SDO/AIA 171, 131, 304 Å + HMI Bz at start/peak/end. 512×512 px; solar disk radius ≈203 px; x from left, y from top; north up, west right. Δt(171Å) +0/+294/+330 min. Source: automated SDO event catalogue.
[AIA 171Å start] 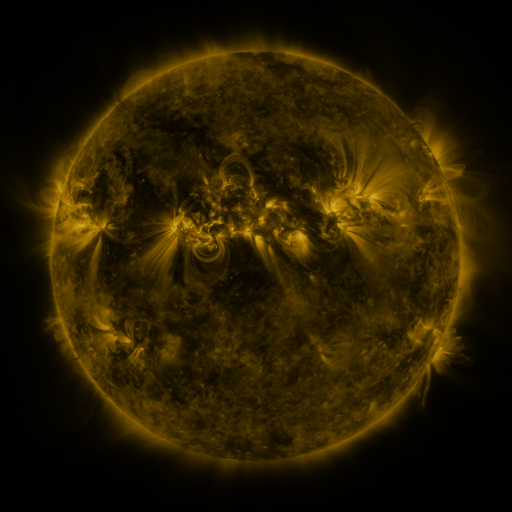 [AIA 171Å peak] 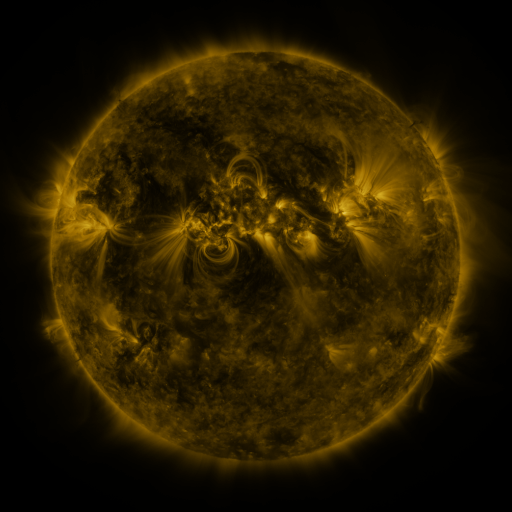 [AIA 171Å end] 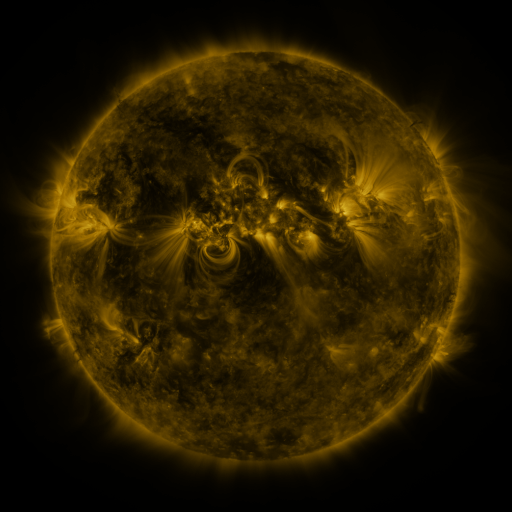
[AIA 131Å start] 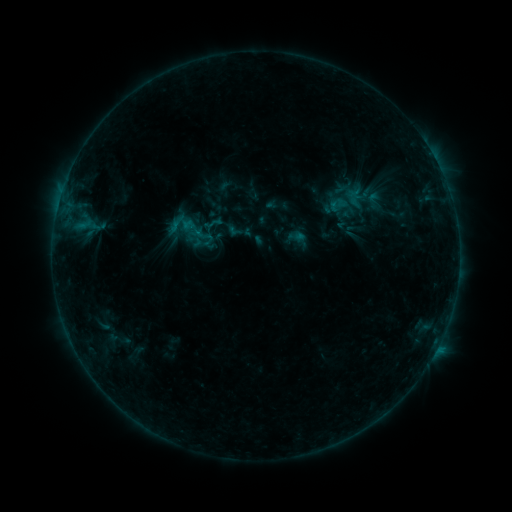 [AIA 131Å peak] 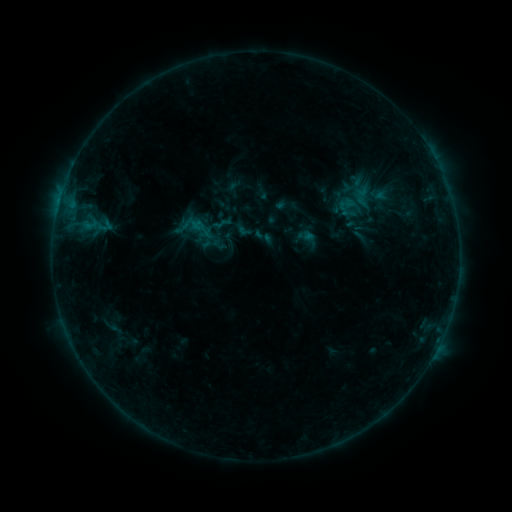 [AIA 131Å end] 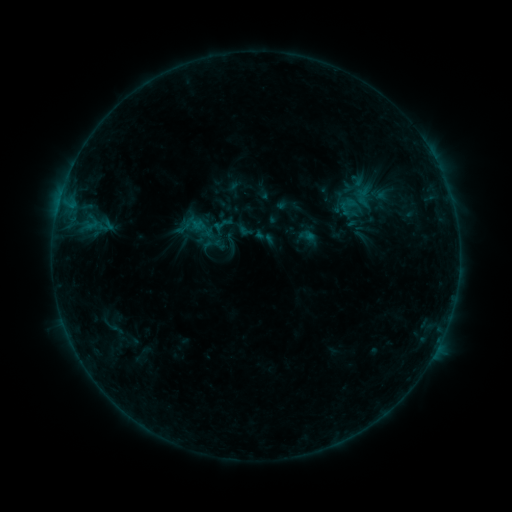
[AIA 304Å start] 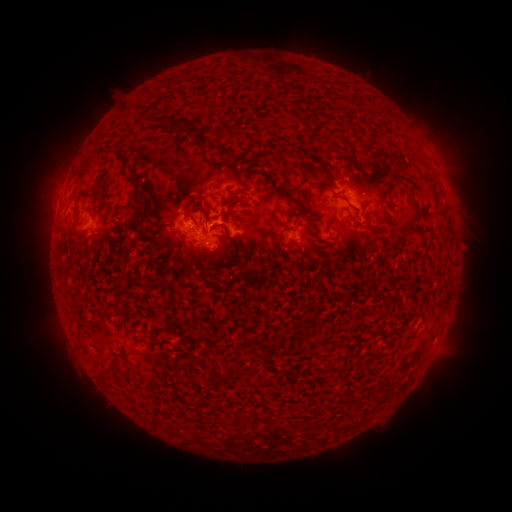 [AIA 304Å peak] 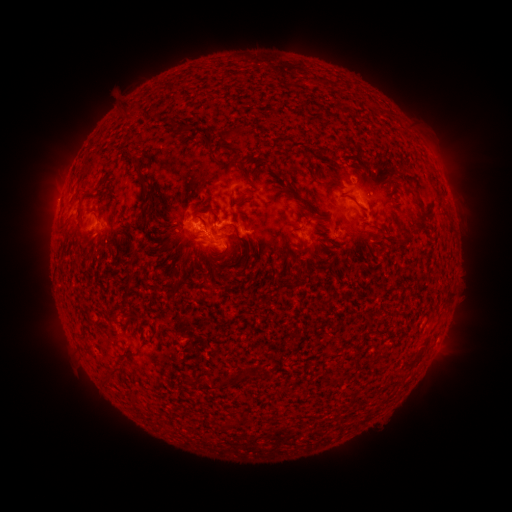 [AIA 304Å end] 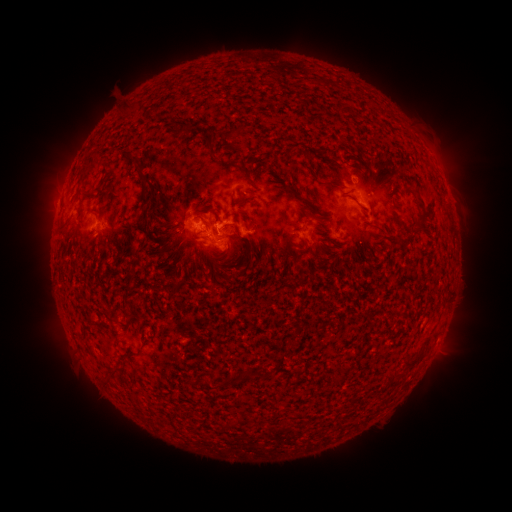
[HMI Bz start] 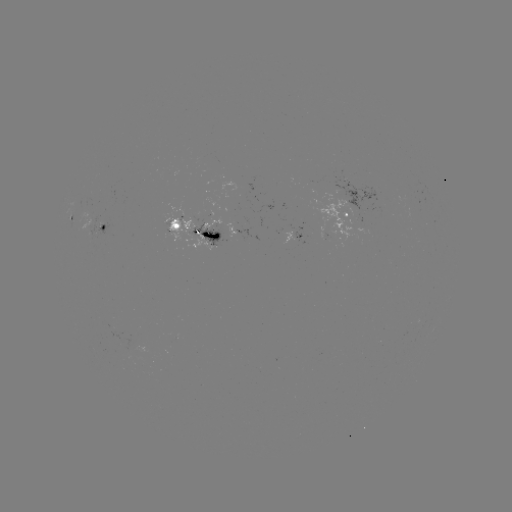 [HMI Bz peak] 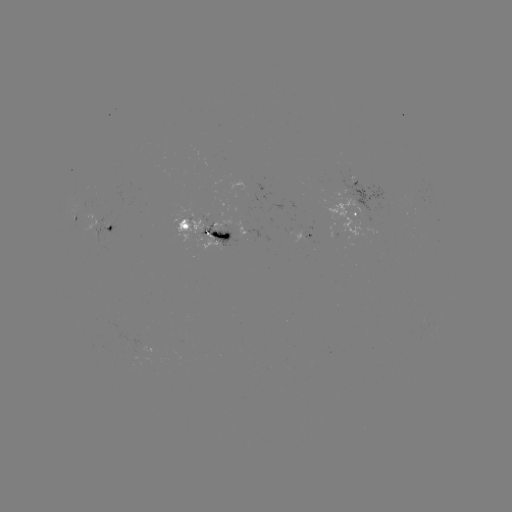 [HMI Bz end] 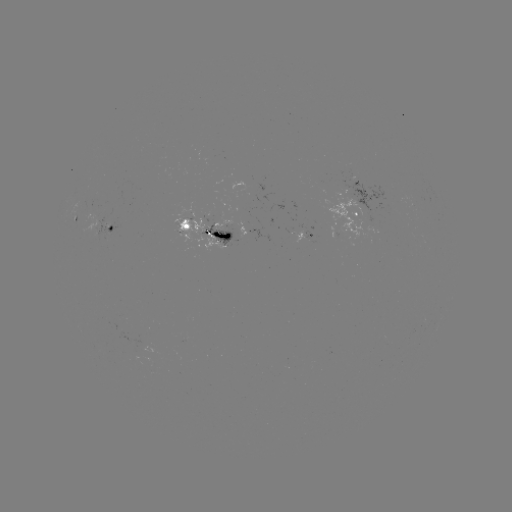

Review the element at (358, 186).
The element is emerging-flux region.